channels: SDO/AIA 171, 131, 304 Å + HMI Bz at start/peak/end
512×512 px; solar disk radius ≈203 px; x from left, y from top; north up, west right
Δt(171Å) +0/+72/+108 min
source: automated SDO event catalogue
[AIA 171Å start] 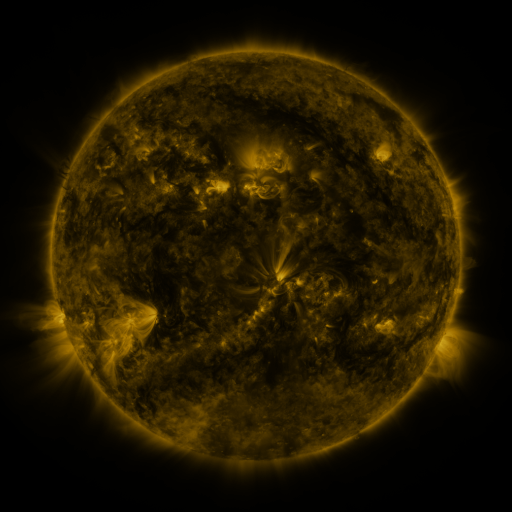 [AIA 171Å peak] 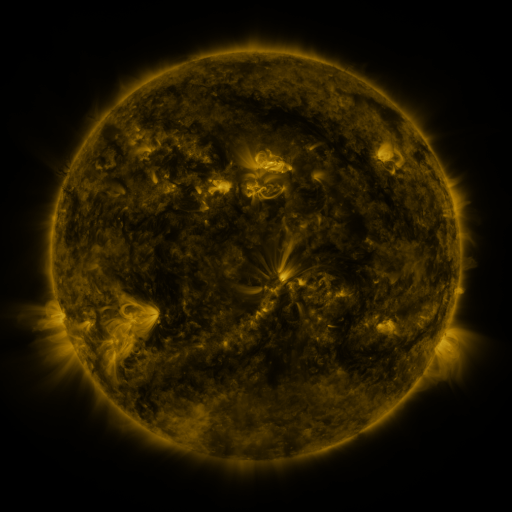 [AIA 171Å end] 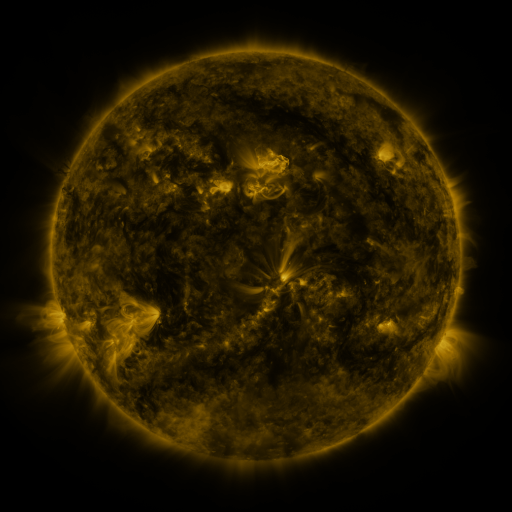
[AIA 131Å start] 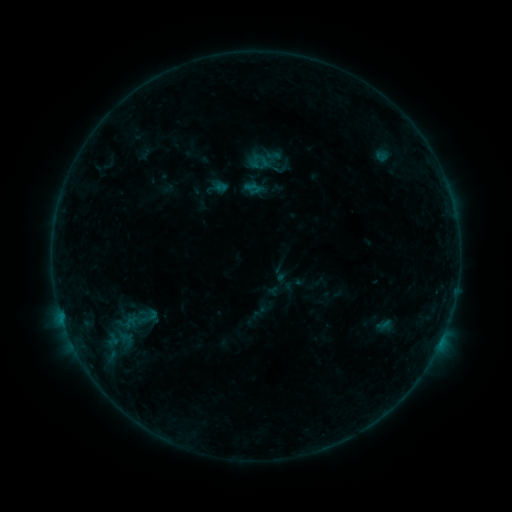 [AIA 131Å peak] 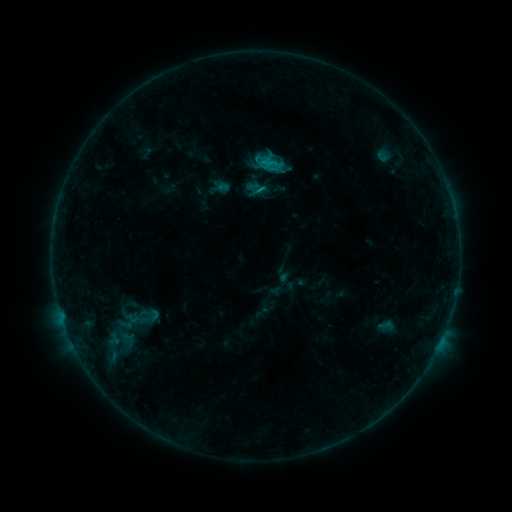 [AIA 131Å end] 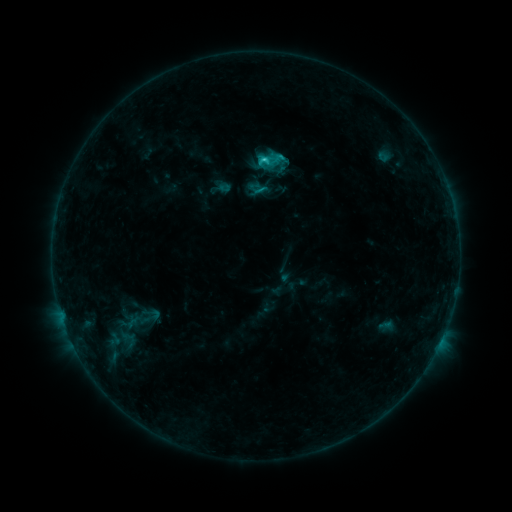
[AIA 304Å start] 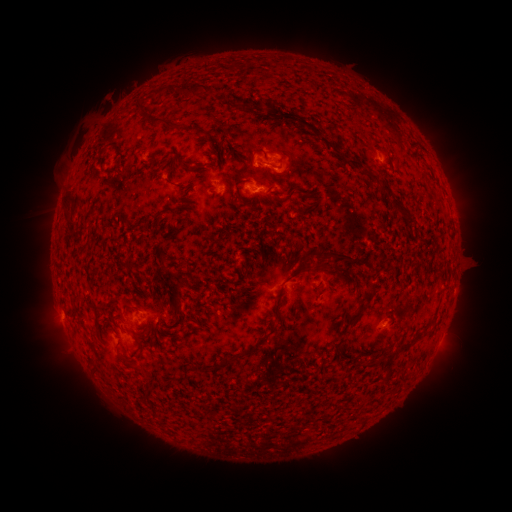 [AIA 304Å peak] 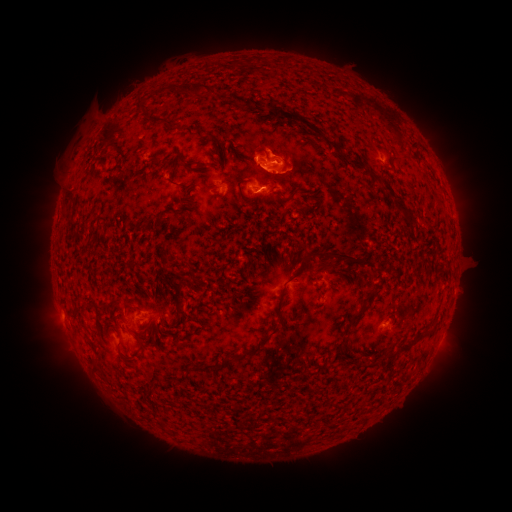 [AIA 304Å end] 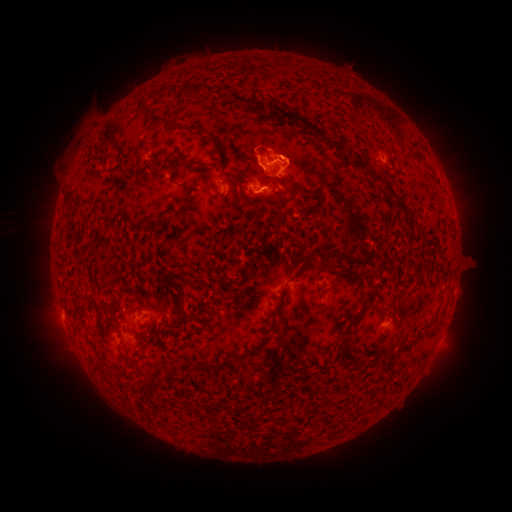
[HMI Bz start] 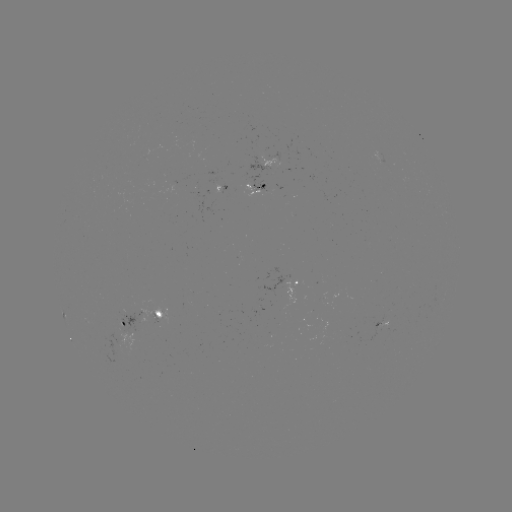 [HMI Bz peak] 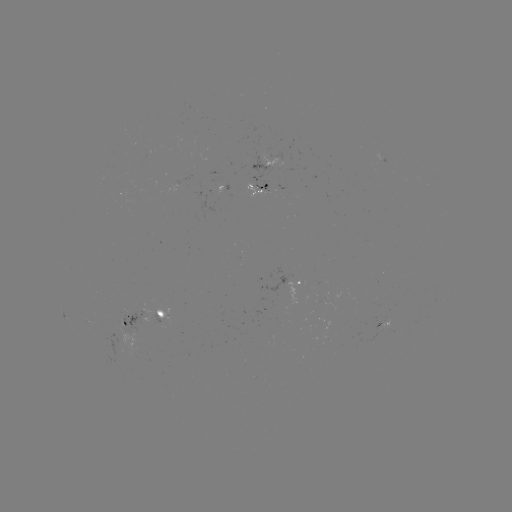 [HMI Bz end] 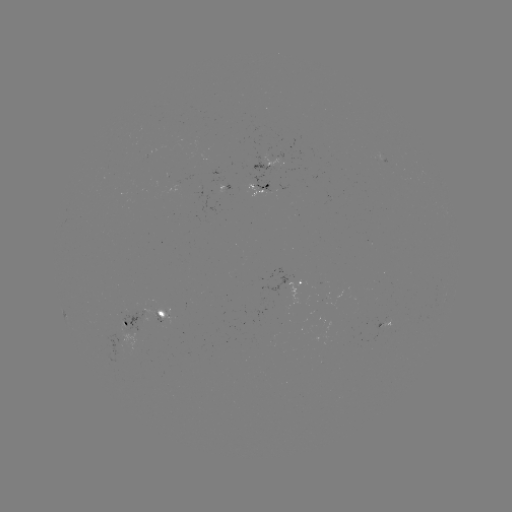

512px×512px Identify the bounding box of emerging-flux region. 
[249, 174, 270, 195].